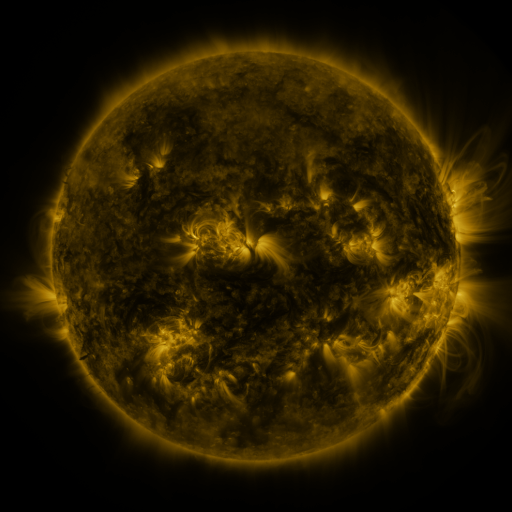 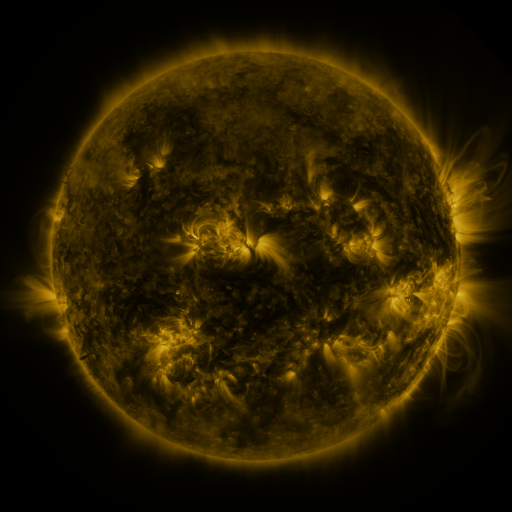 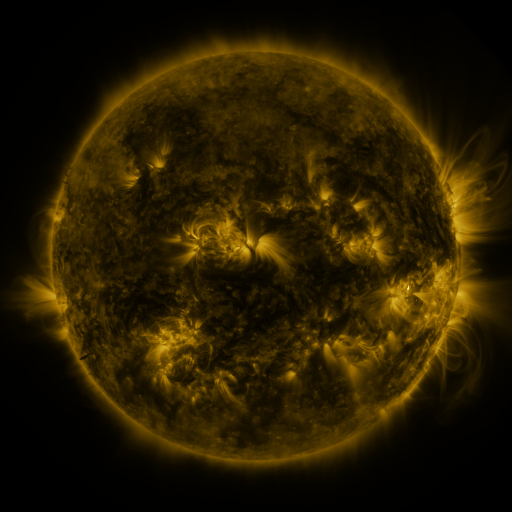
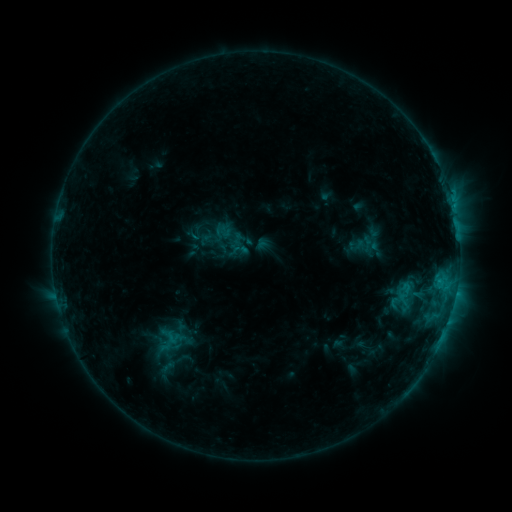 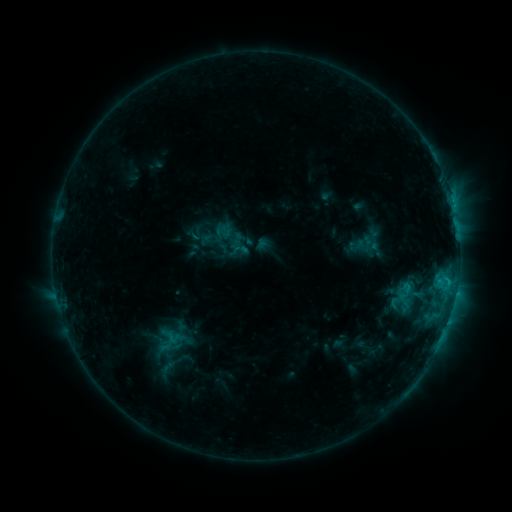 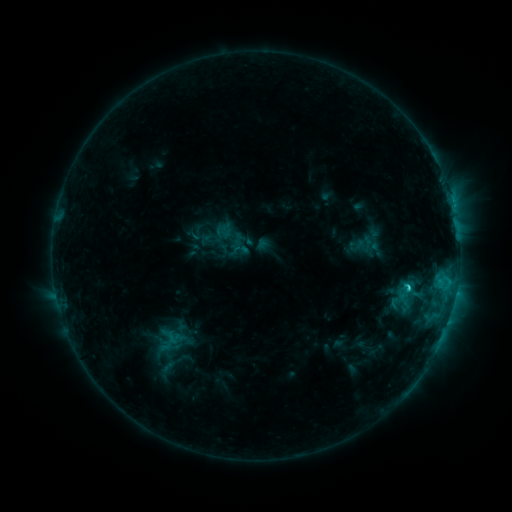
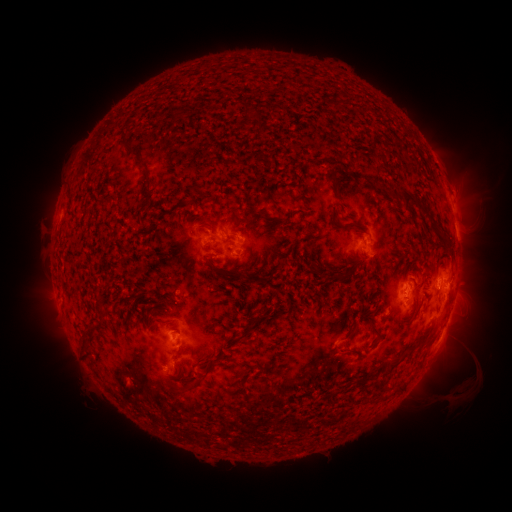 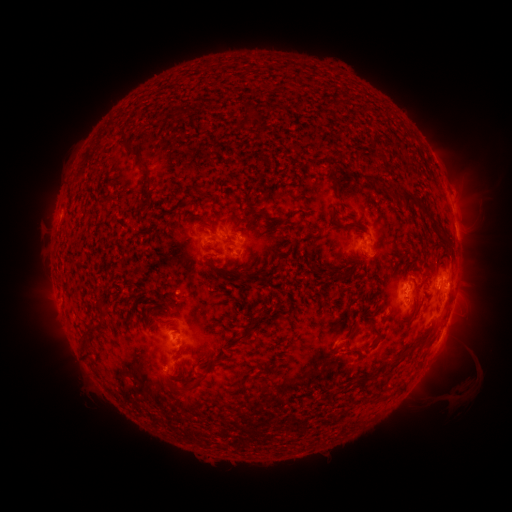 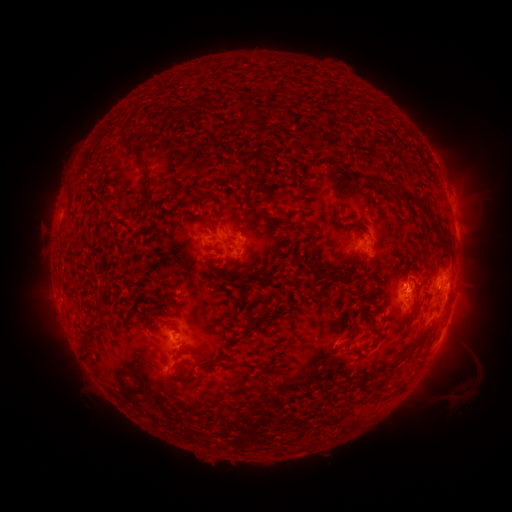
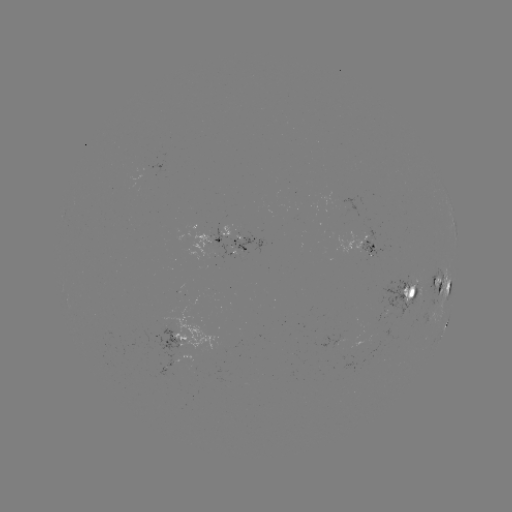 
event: flare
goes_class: C2.5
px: (448, 281)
